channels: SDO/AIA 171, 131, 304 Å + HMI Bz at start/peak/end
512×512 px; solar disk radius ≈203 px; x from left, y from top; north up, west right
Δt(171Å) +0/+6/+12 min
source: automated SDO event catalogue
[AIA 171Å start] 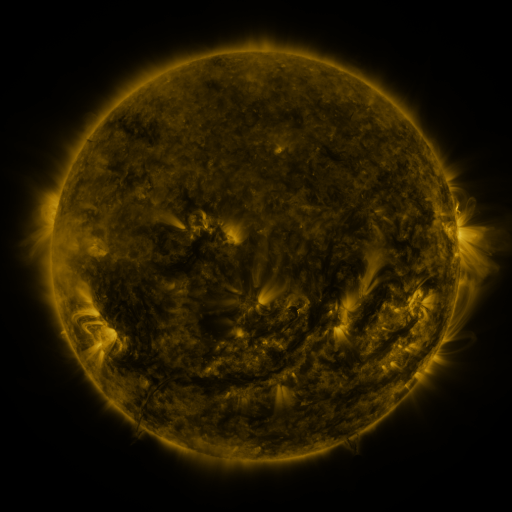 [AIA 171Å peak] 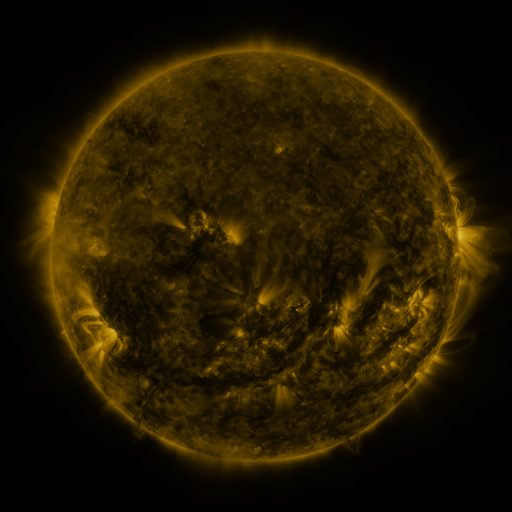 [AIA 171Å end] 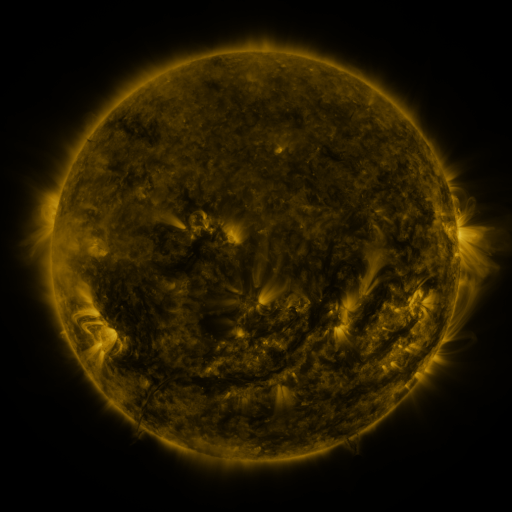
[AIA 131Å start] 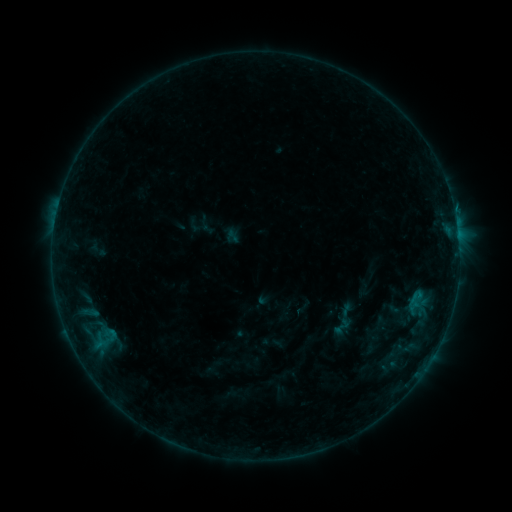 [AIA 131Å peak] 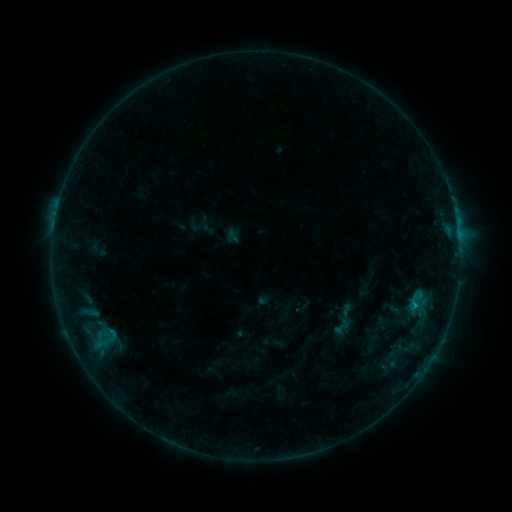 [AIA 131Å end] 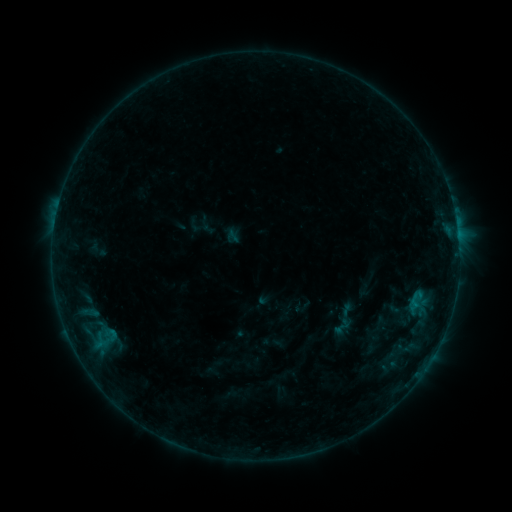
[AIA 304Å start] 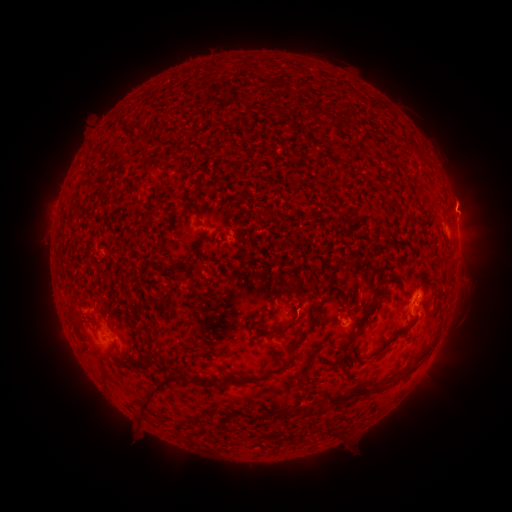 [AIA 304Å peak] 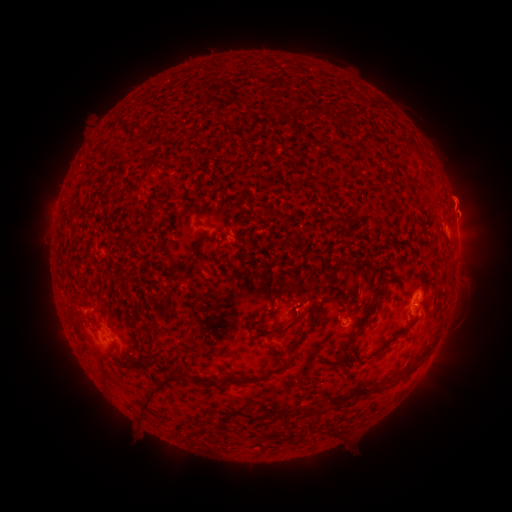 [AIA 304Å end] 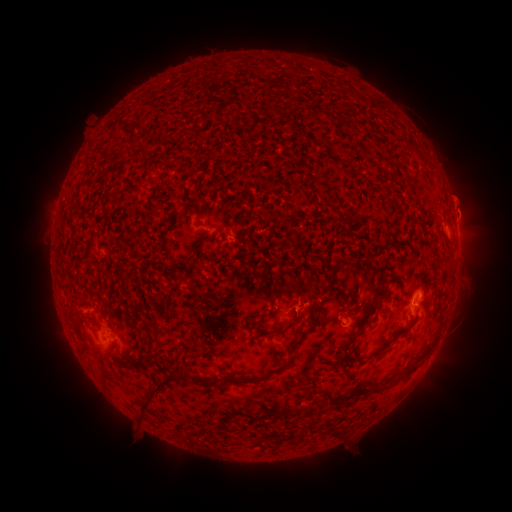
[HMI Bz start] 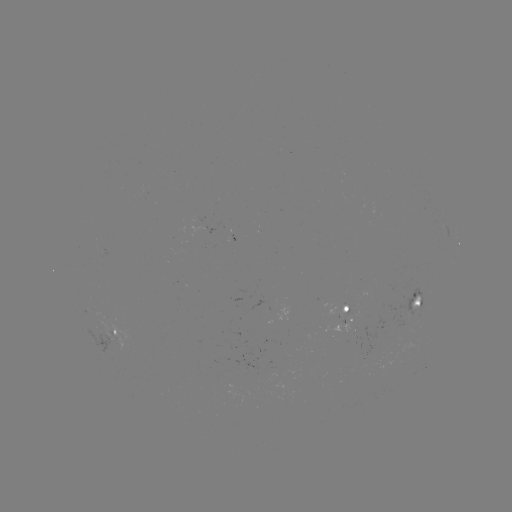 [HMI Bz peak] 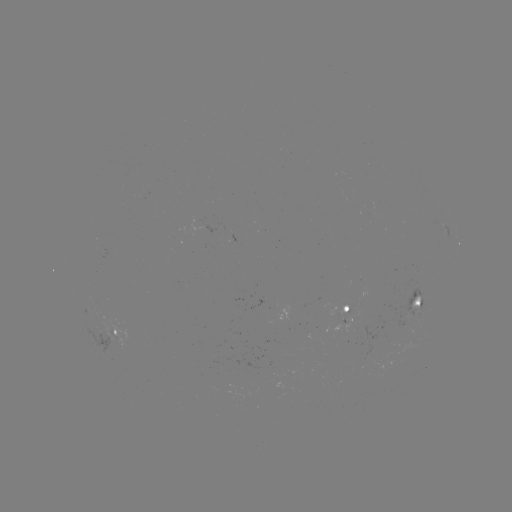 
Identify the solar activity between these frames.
B4.8 flare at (413, 304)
